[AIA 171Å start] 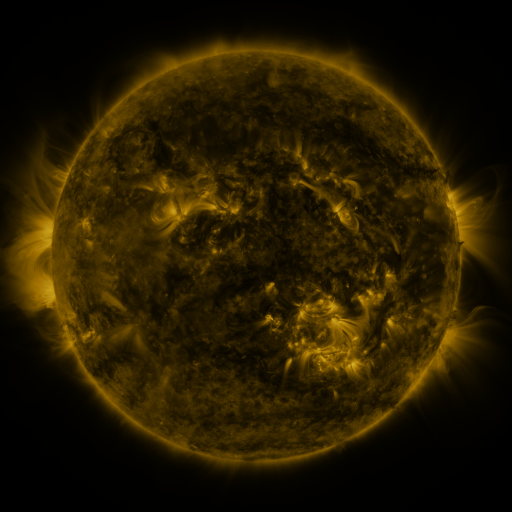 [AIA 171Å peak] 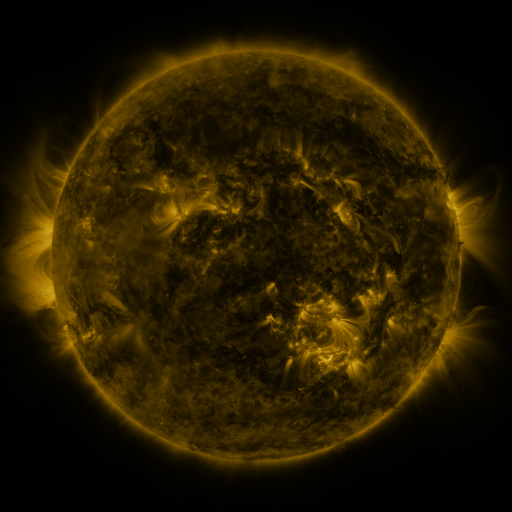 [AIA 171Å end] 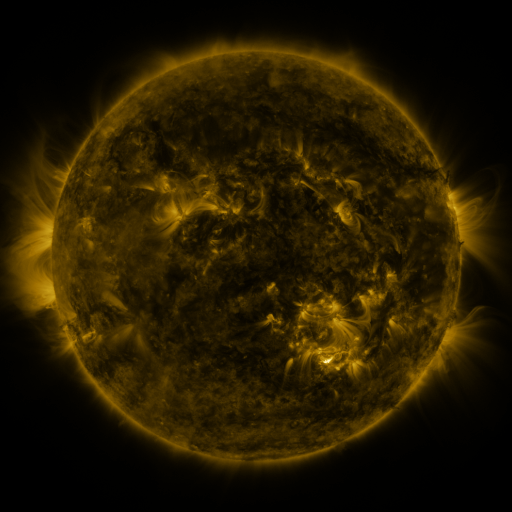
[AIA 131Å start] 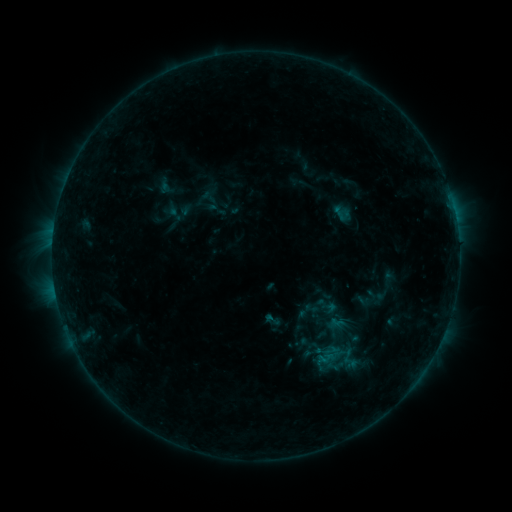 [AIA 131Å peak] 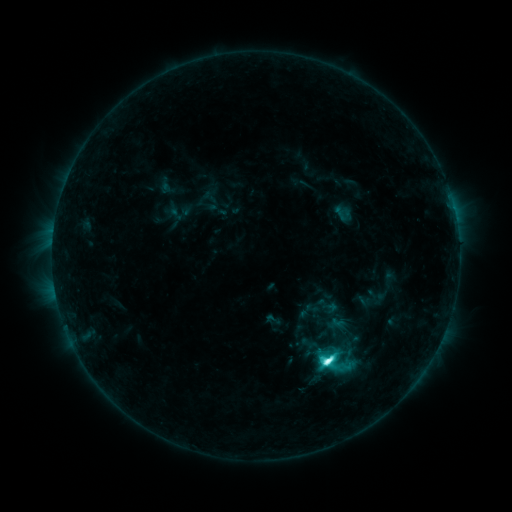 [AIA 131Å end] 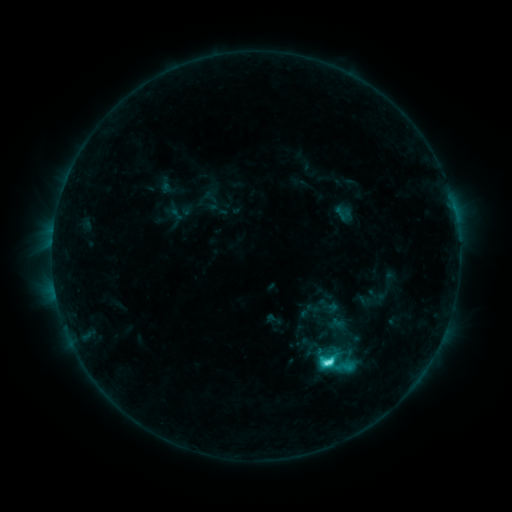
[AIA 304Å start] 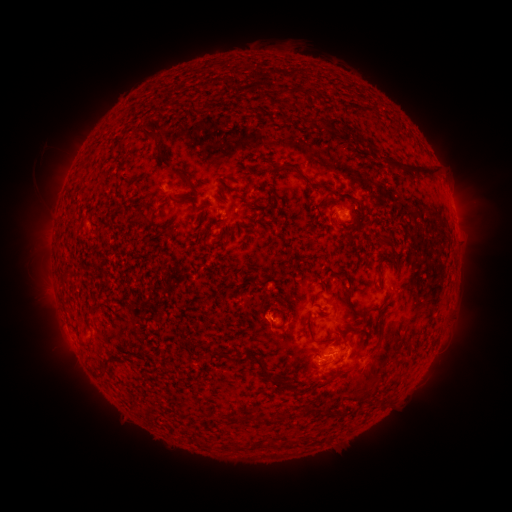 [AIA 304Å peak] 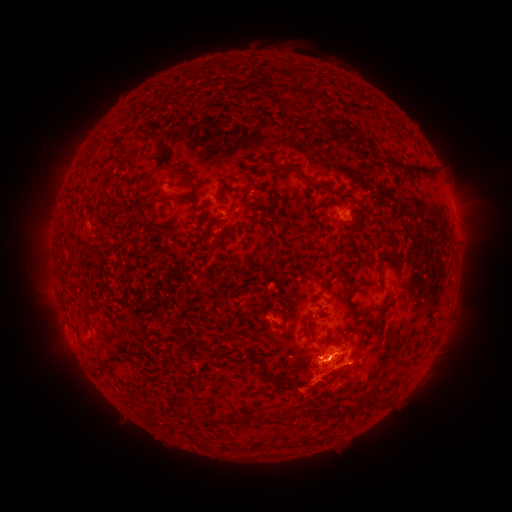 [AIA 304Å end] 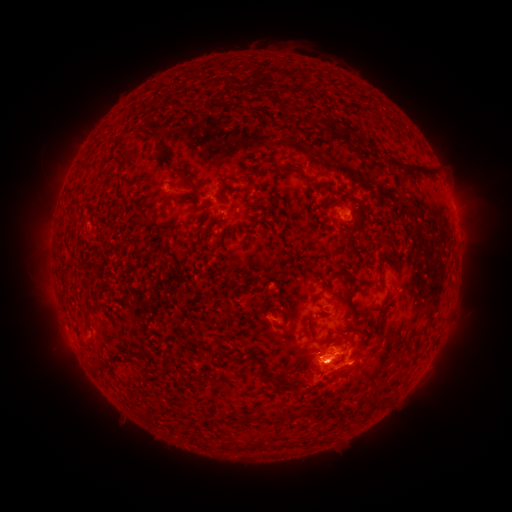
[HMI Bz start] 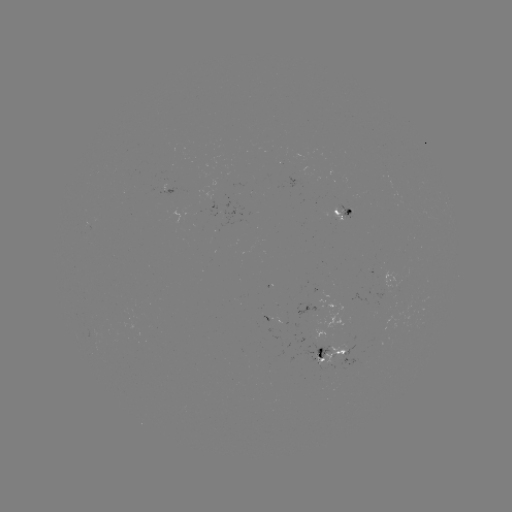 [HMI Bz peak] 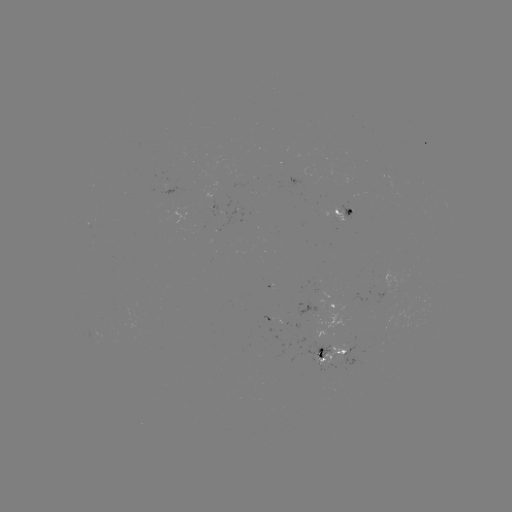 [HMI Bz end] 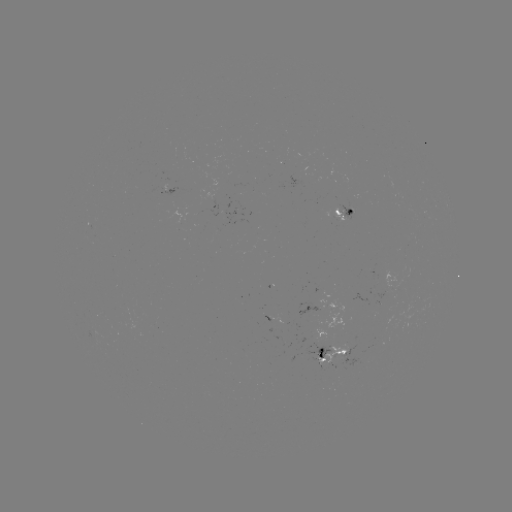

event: flare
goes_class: C9.5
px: (327, 359)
